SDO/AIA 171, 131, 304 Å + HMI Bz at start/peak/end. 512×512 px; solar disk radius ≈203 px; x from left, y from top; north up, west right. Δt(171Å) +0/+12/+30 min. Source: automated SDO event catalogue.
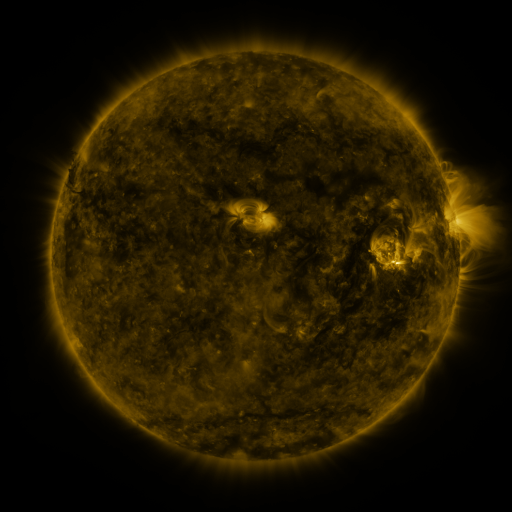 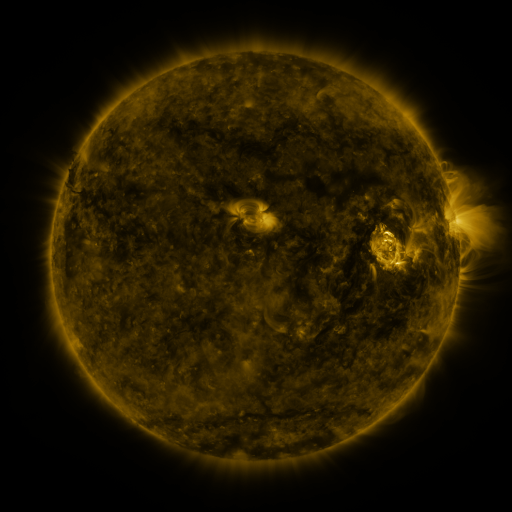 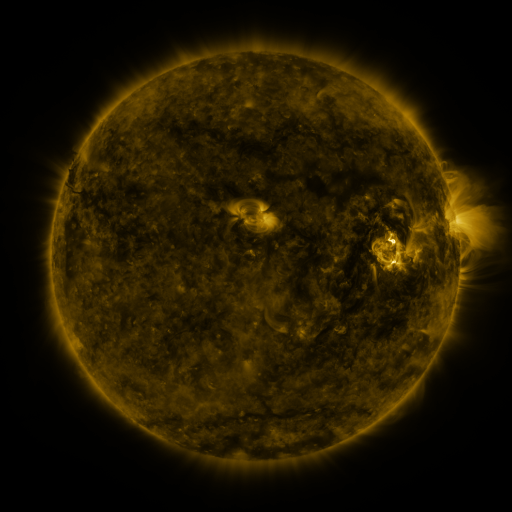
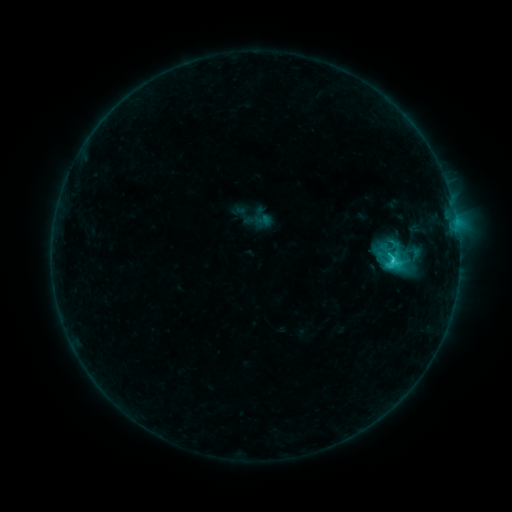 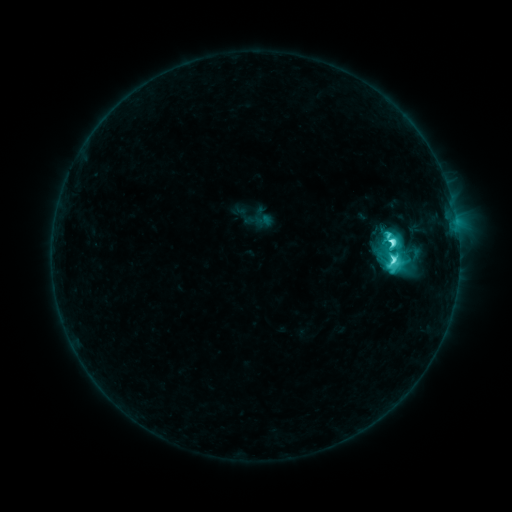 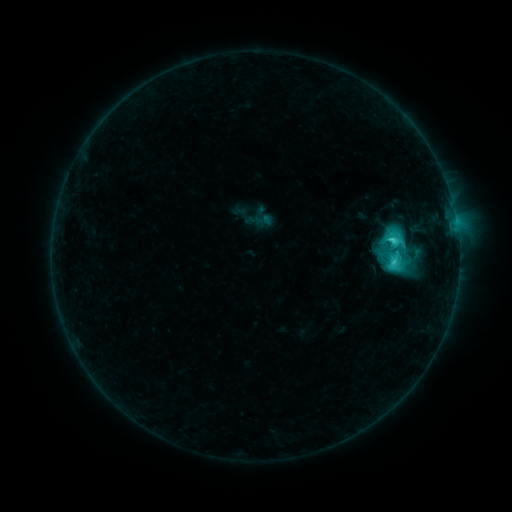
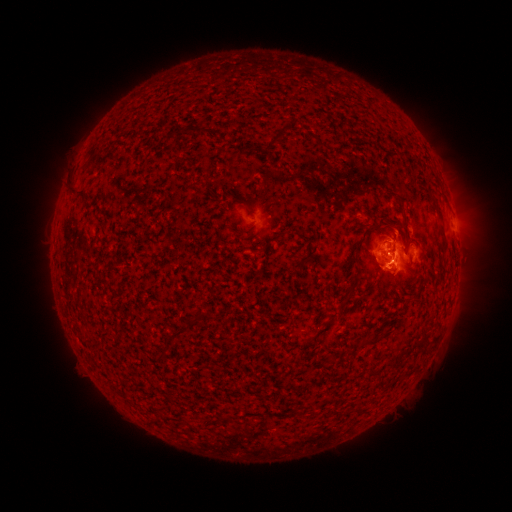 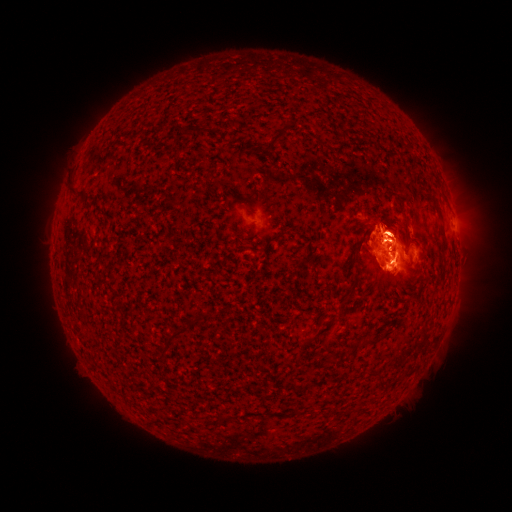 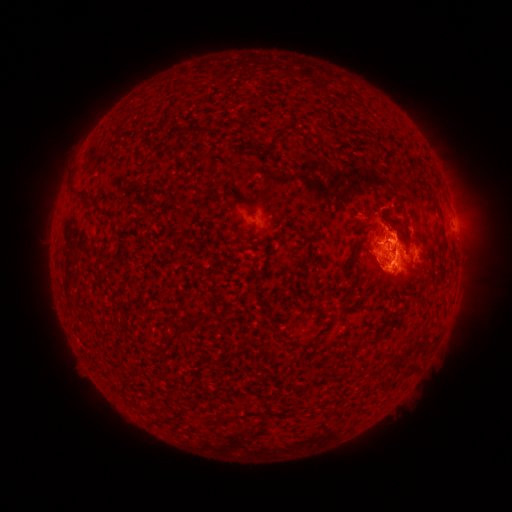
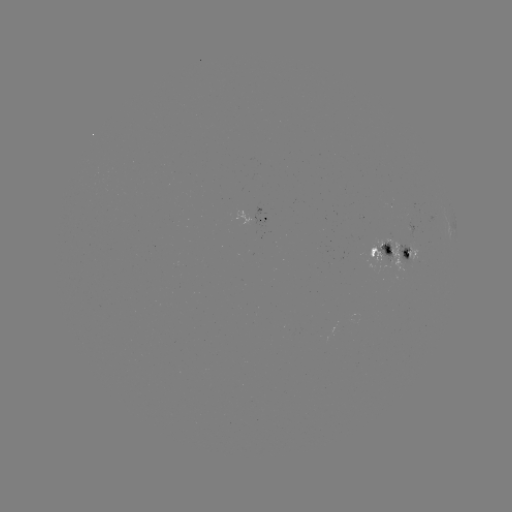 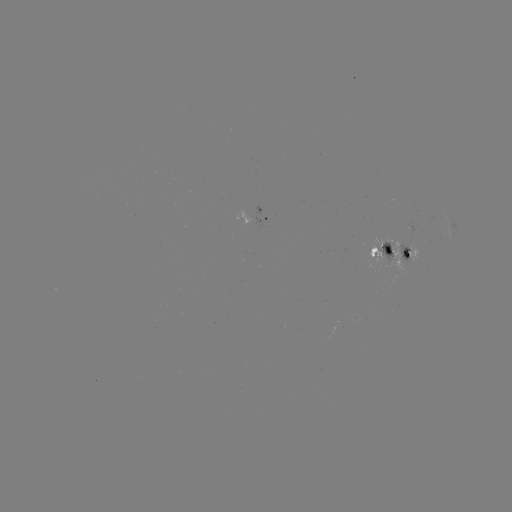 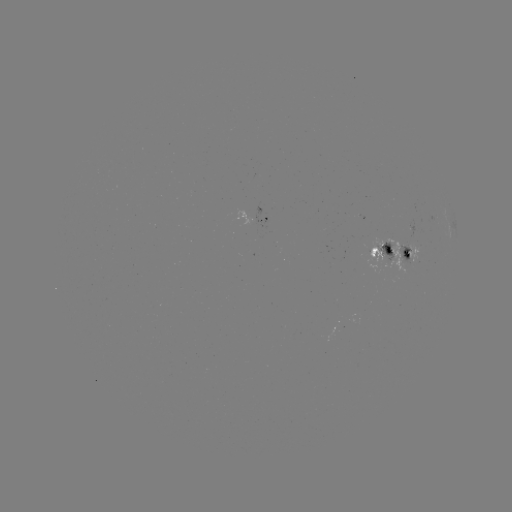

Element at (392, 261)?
M1.0 flare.